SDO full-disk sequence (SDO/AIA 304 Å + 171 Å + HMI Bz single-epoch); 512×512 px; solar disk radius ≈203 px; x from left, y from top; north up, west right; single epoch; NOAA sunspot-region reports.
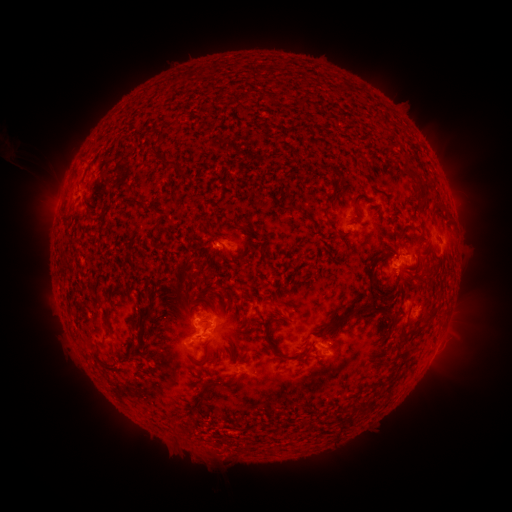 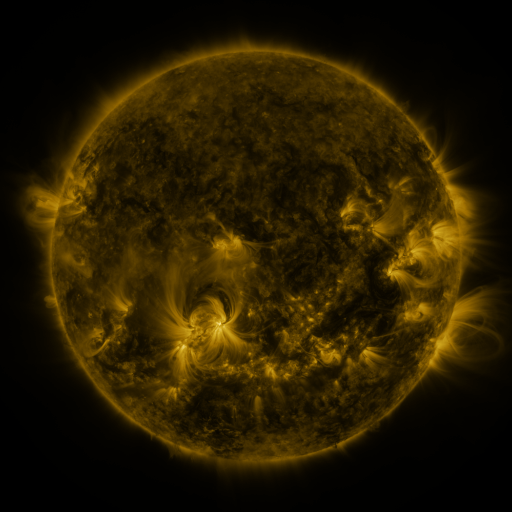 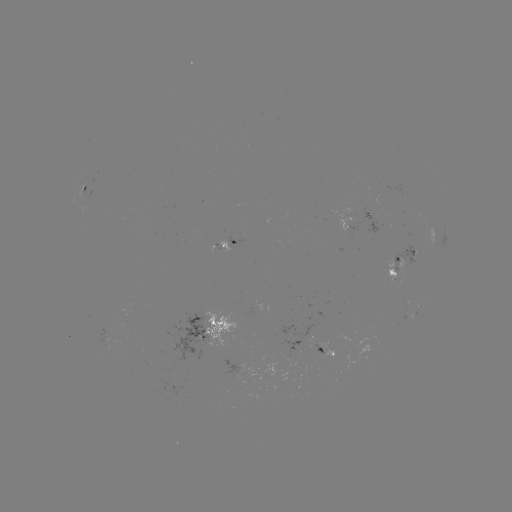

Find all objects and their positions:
spotted active region: (86, 190)
spotted active region: (354, 225)
spotted active region: (231, 245)
spotted active region: (404, 259)
spotted active region: (418, 305)
spotted active region: (208, 329)
spotted active region: (327, 347)
spotted active region: (246, 361)
